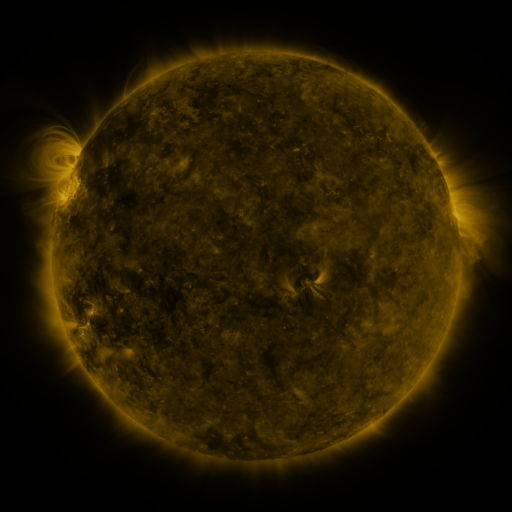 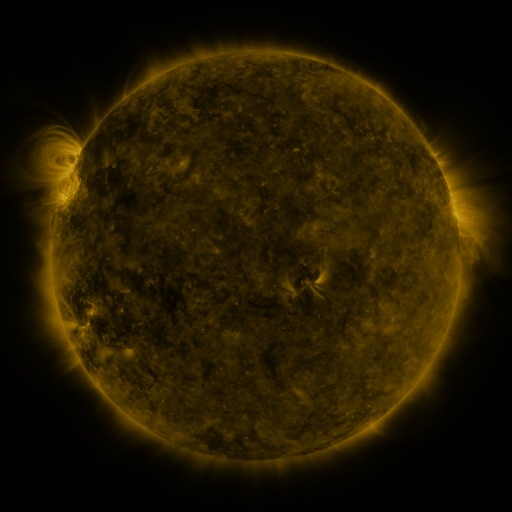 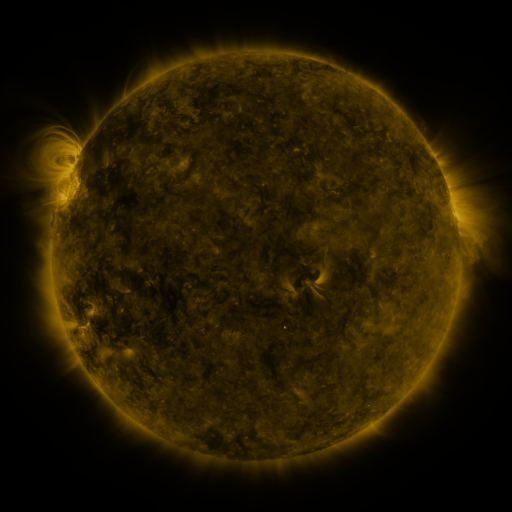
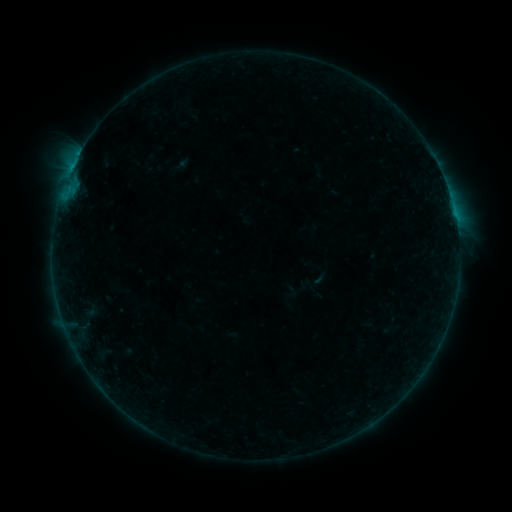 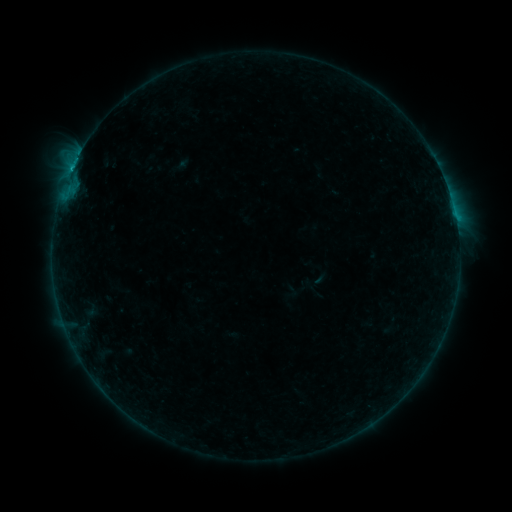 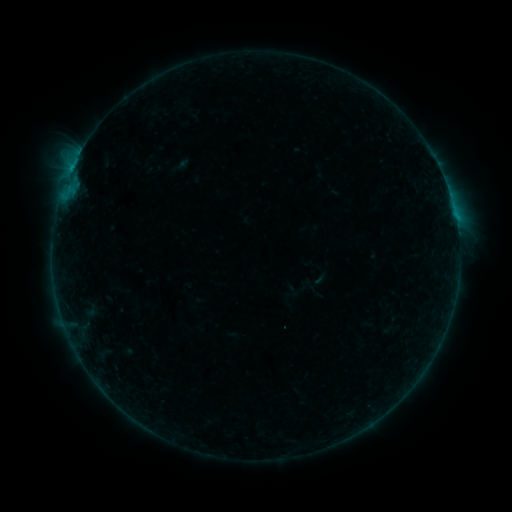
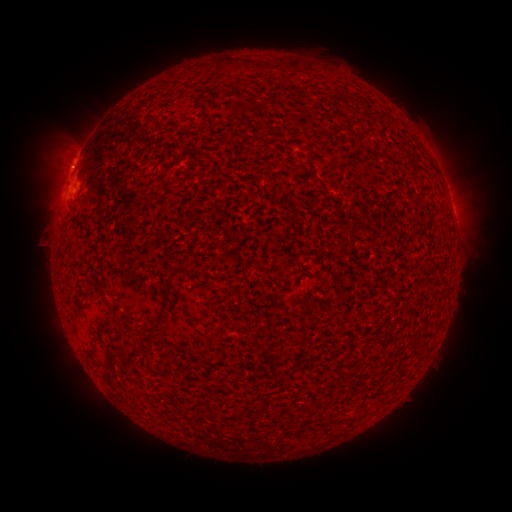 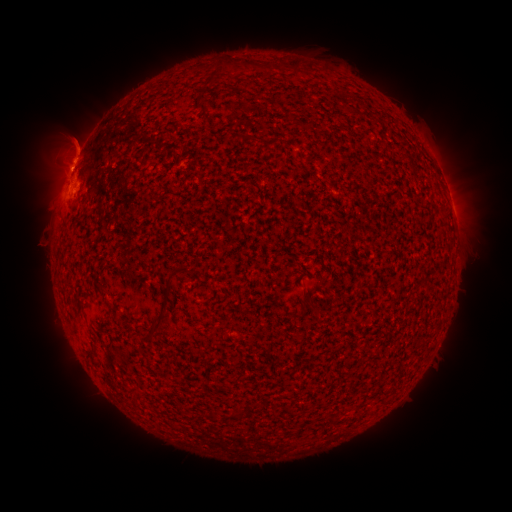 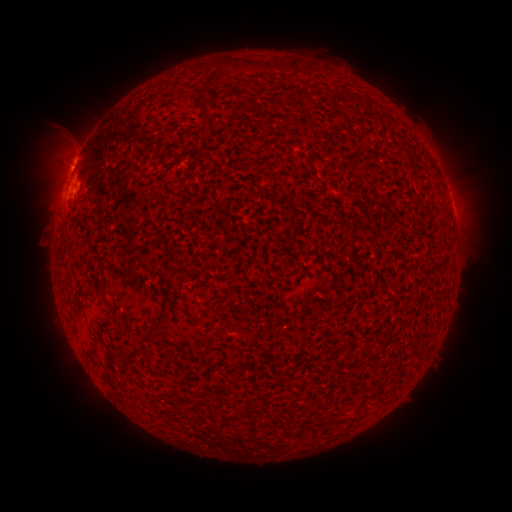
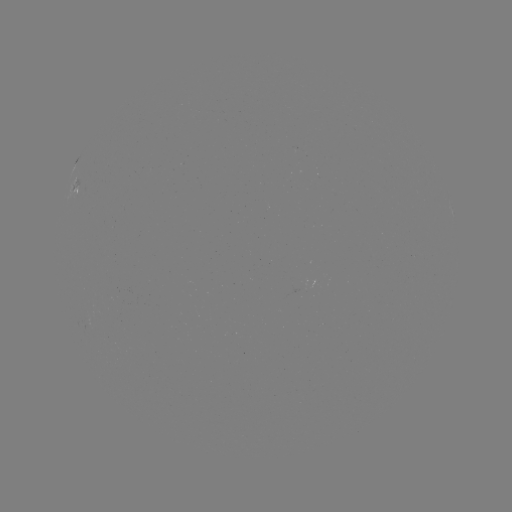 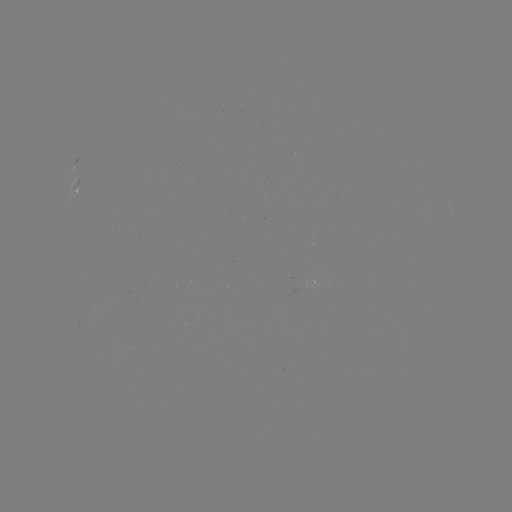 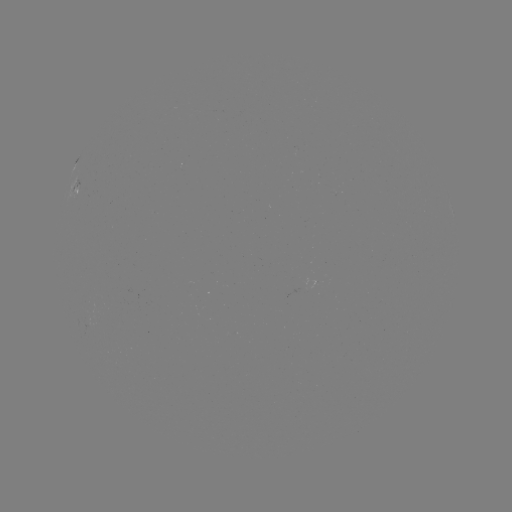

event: flare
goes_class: B6.2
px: (72, 169)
